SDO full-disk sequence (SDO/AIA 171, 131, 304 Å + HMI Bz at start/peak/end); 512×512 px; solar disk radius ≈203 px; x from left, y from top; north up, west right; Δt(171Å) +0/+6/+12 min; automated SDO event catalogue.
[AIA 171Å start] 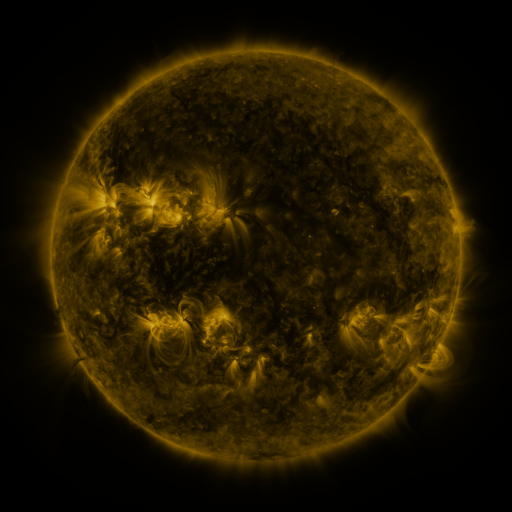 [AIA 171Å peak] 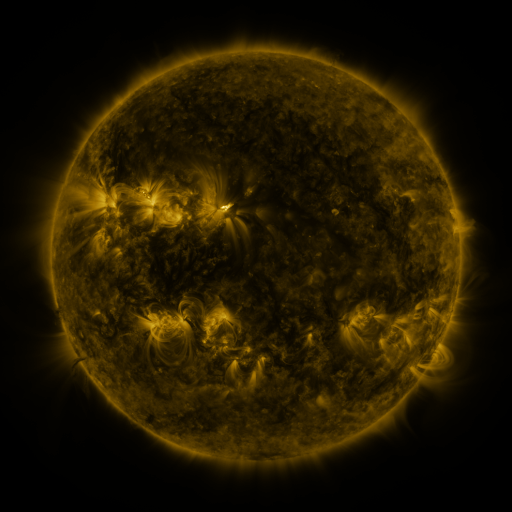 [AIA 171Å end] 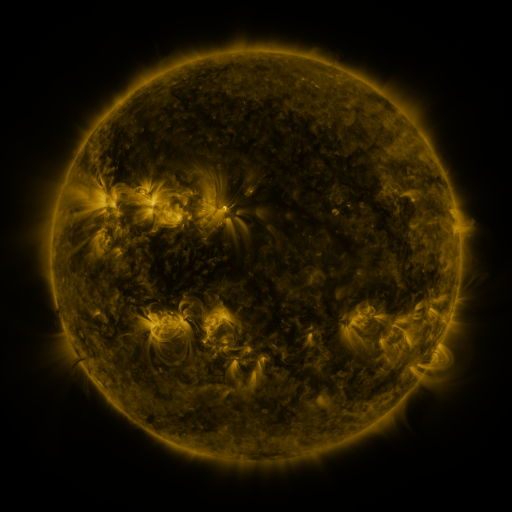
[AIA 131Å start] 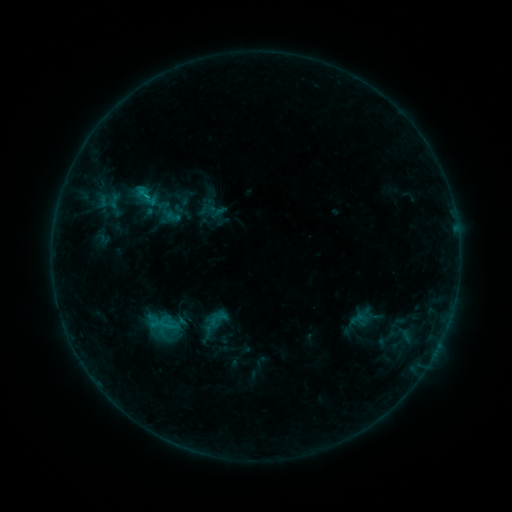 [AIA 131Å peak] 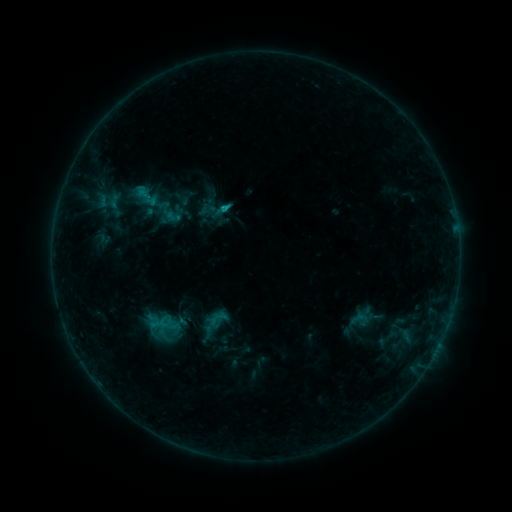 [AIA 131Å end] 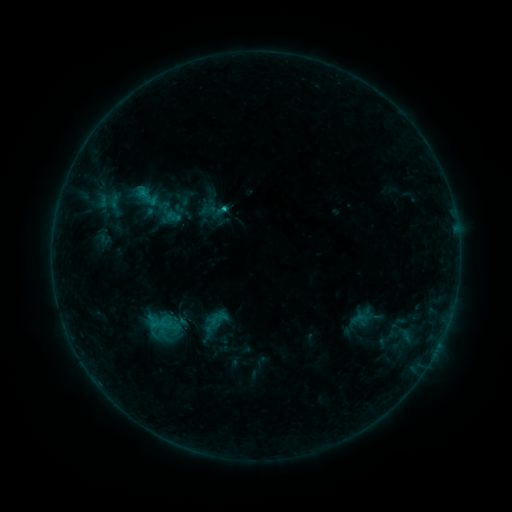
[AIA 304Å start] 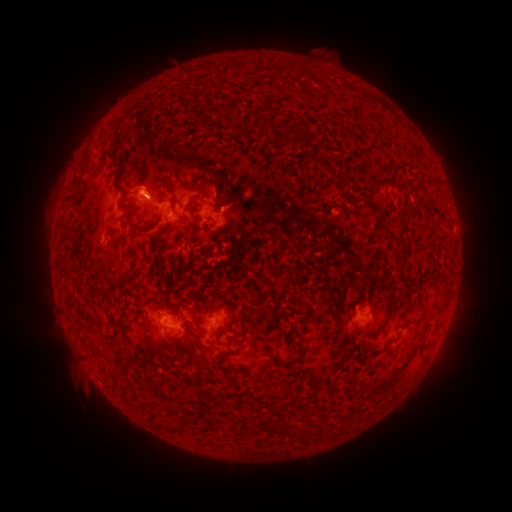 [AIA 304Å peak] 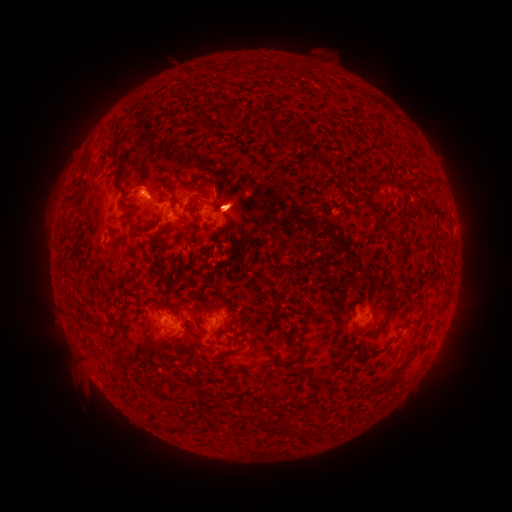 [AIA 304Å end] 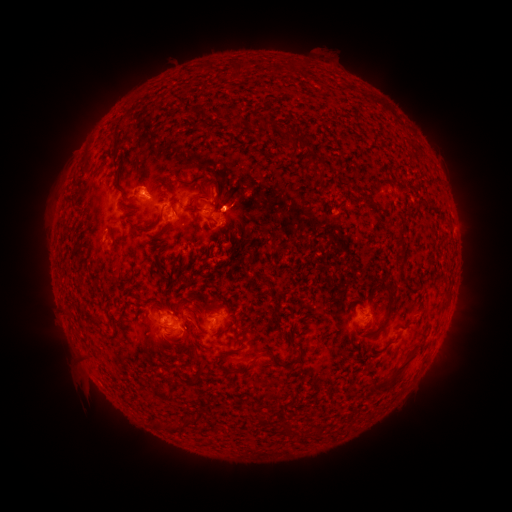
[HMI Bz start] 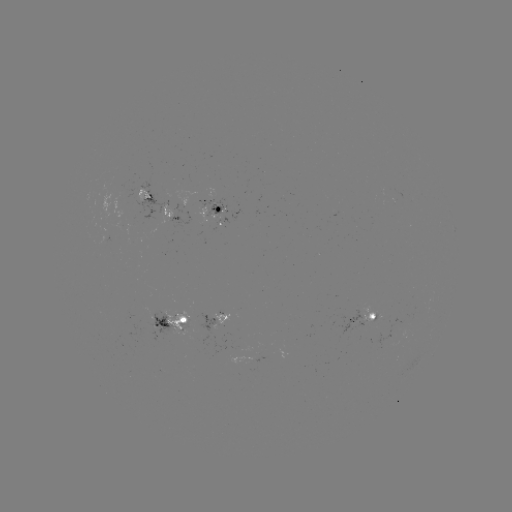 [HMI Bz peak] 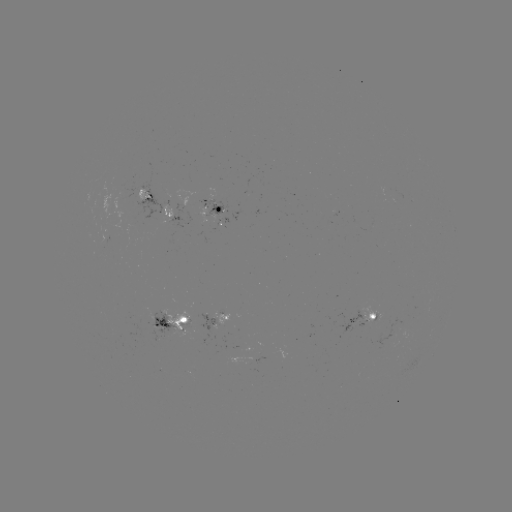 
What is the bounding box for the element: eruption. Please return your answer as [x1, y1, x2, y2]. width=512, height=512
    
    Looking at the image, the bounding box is [181, 166, 267, 263].